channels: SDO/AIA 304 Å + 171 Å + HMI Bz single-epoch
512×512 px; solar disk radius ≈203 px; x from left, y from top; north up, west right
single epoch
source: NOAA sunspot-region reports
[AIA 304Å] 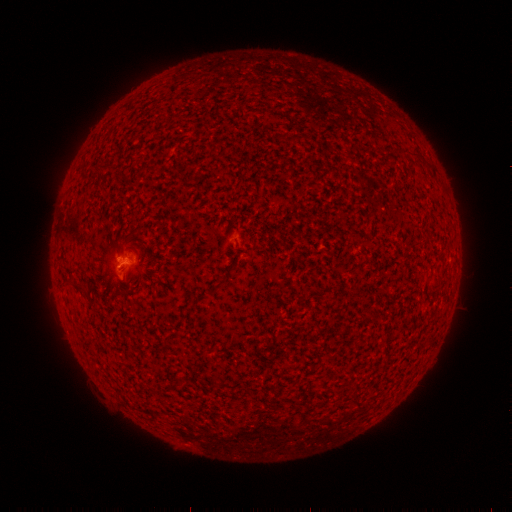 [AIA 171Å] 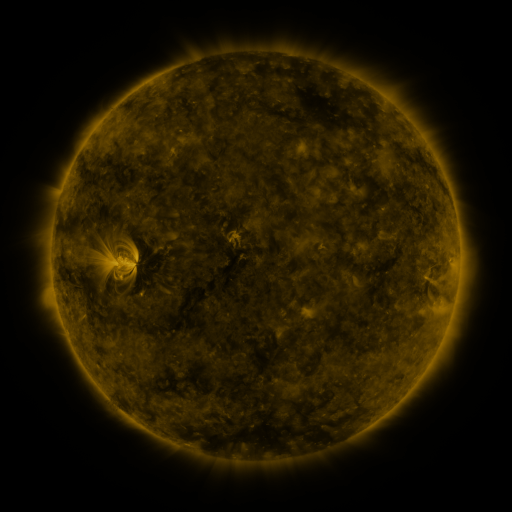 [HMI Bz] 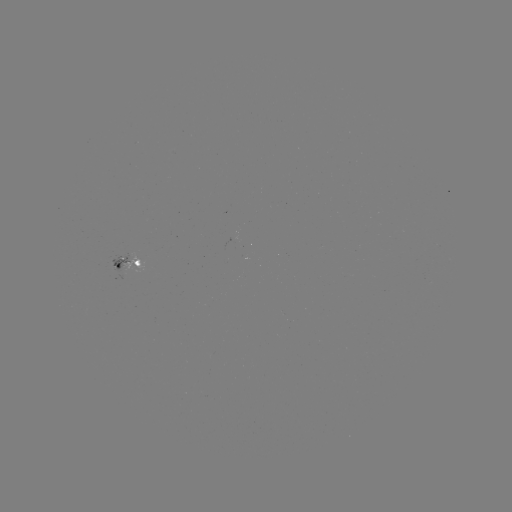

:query spotted active region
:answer [128, 266]